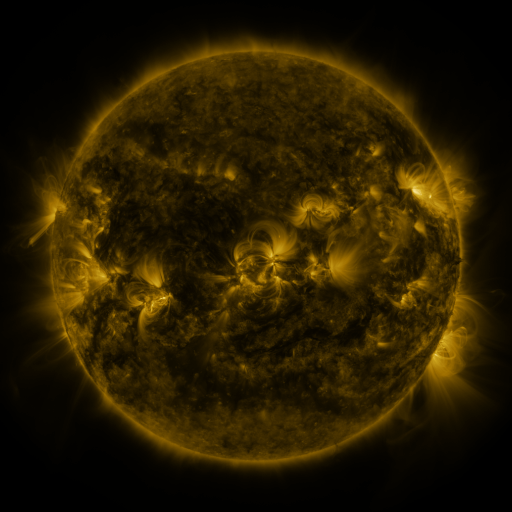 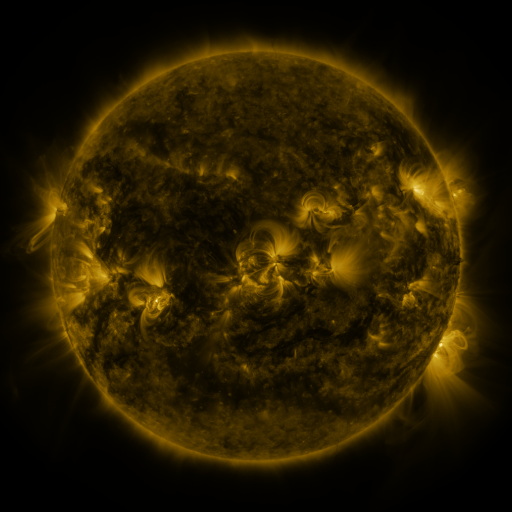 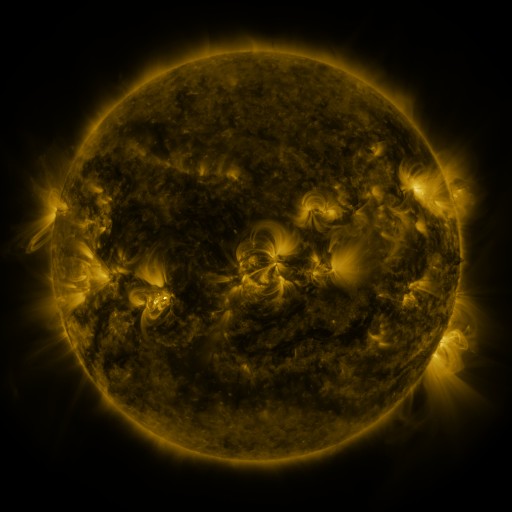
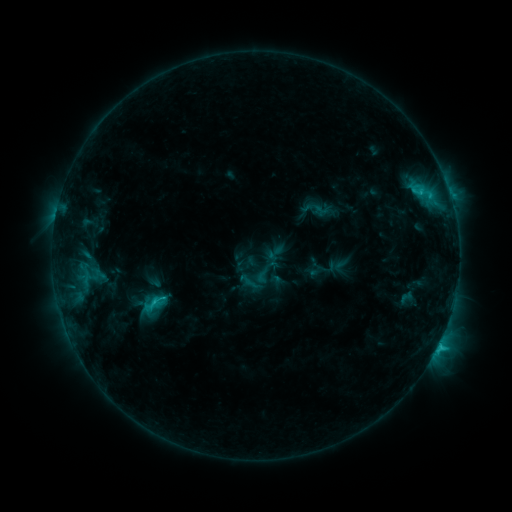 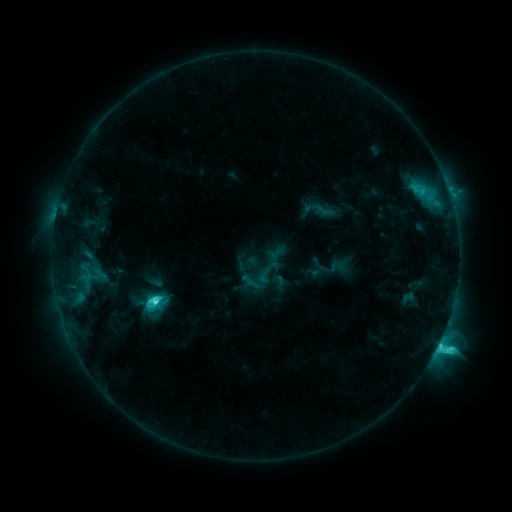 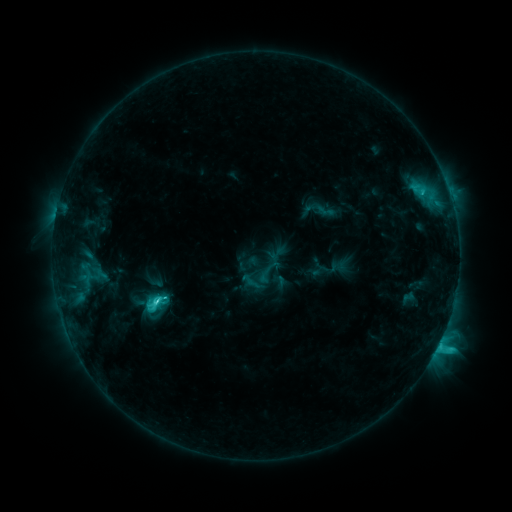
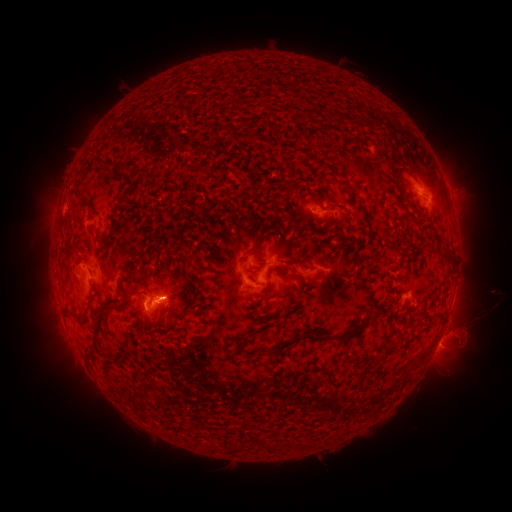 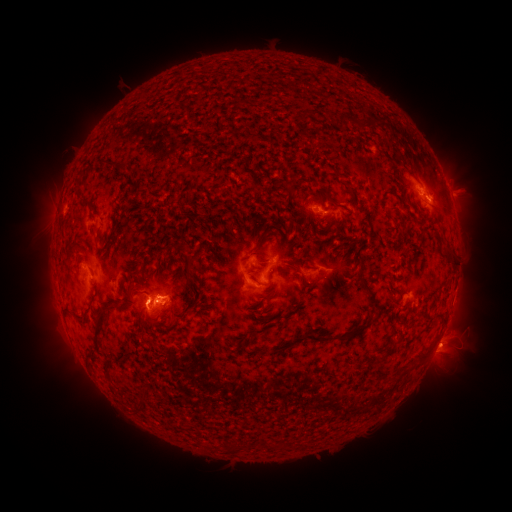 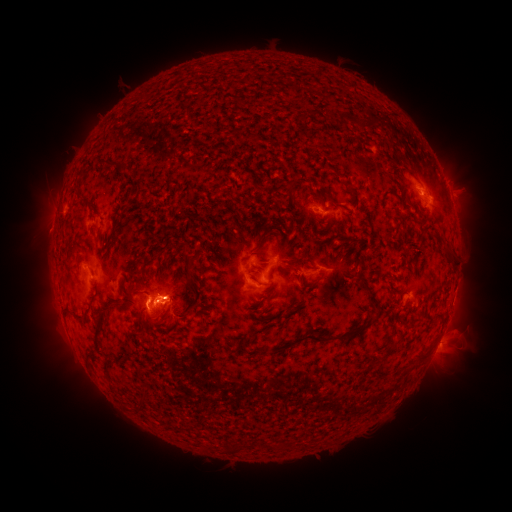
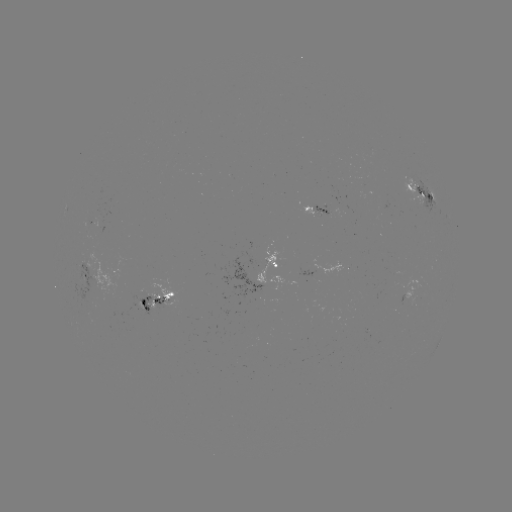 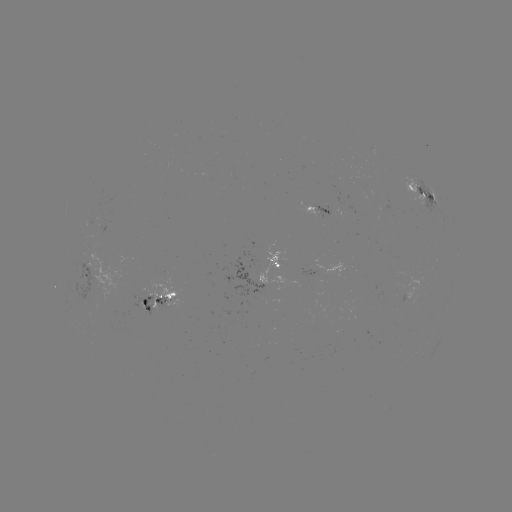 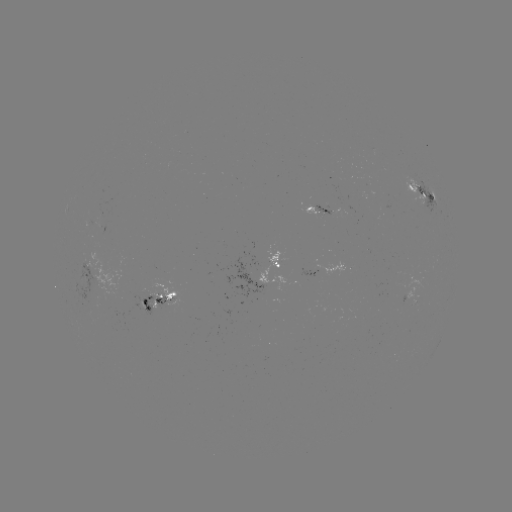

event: emerging-flux region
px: (316, 212)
